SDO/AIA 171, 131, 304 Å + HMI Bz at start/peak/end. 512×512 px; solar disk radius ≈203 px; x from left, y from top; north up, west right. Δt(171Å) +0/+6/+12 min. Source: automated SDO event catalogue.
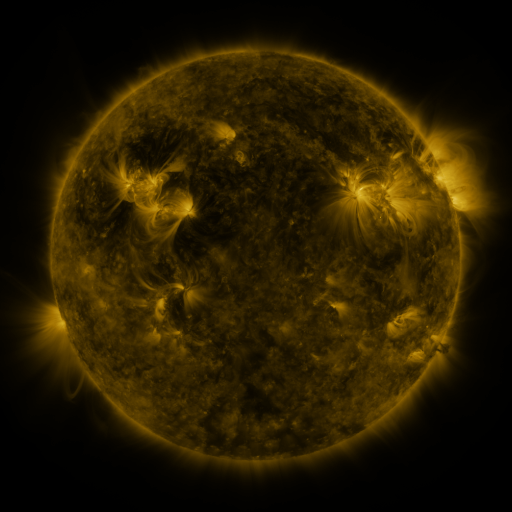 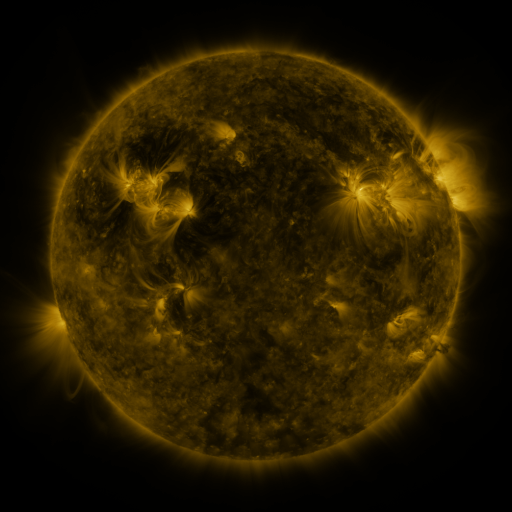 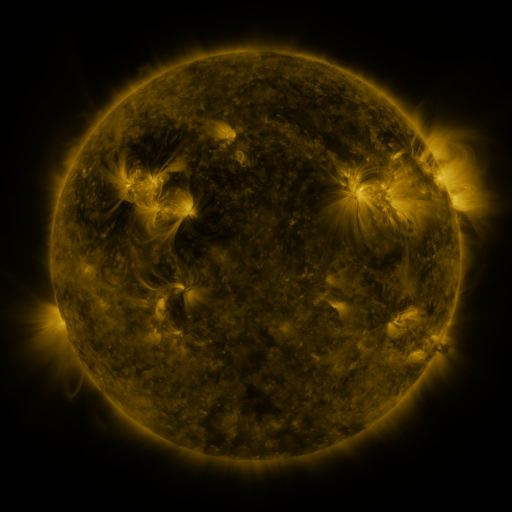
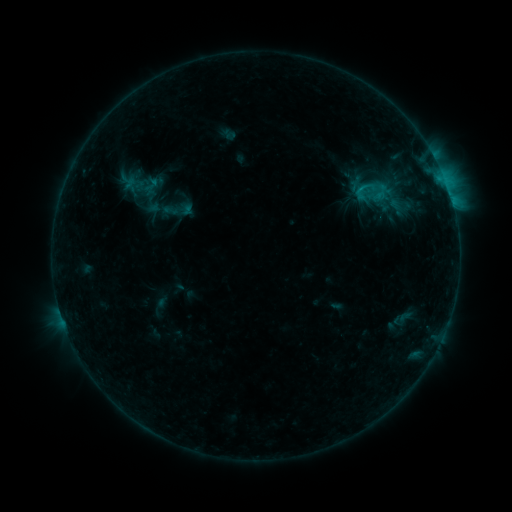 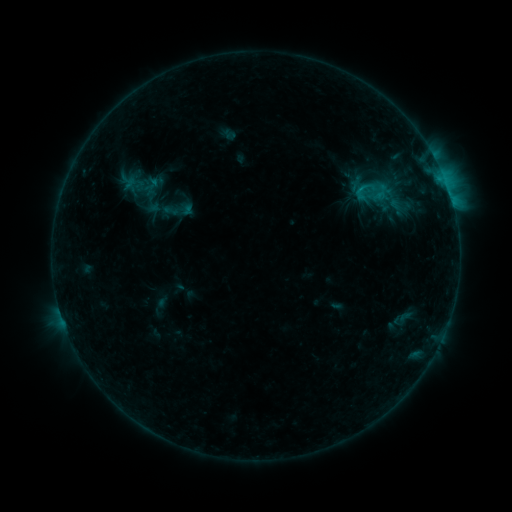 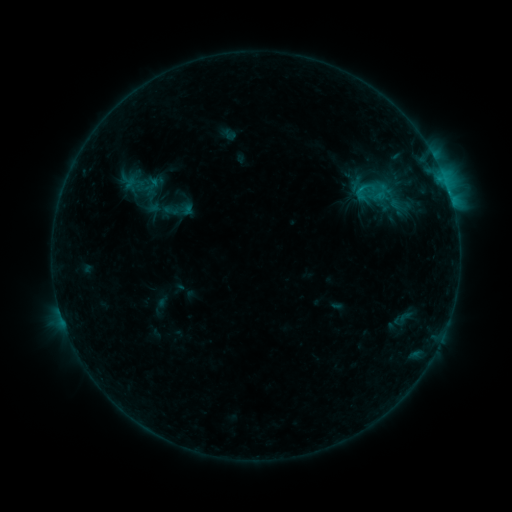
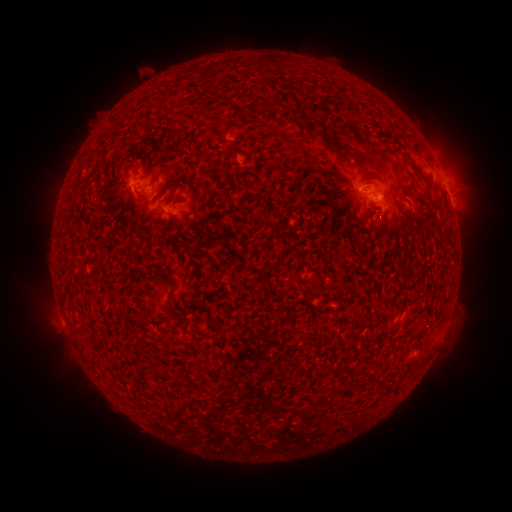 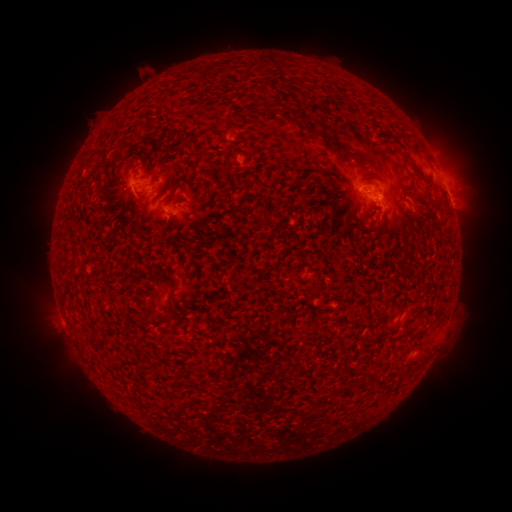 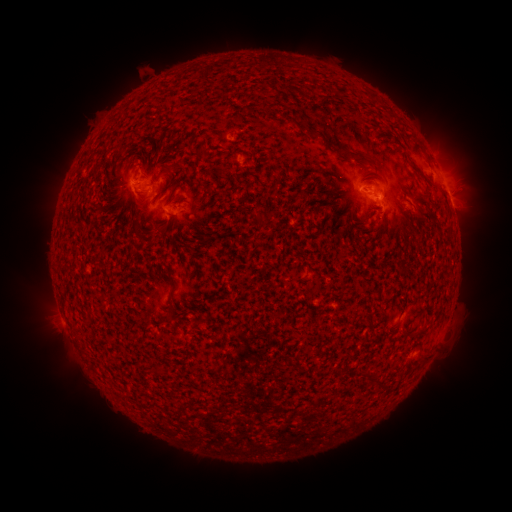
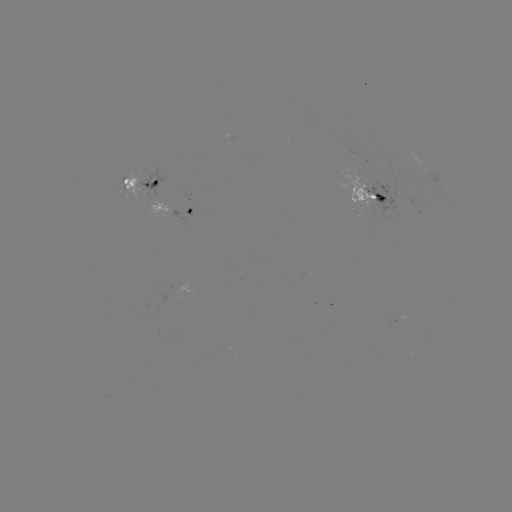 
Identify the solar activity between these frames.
B6.8 flare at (173, 216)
